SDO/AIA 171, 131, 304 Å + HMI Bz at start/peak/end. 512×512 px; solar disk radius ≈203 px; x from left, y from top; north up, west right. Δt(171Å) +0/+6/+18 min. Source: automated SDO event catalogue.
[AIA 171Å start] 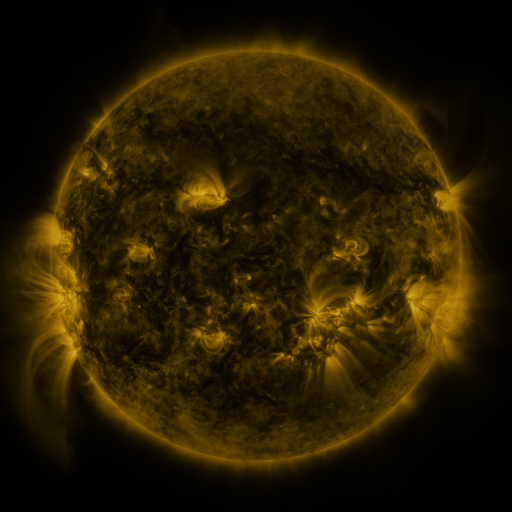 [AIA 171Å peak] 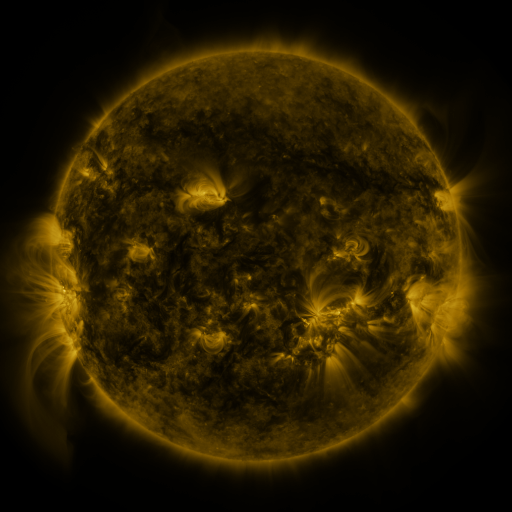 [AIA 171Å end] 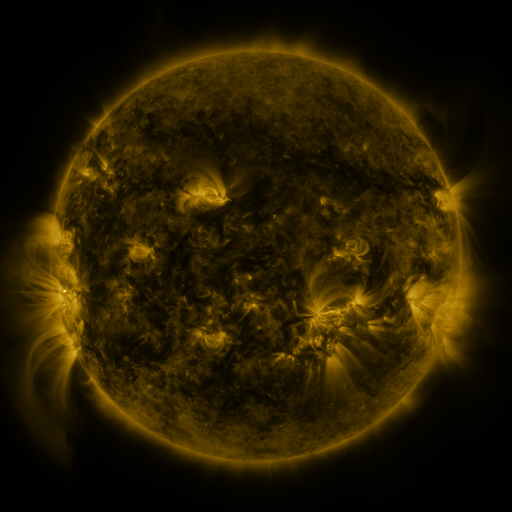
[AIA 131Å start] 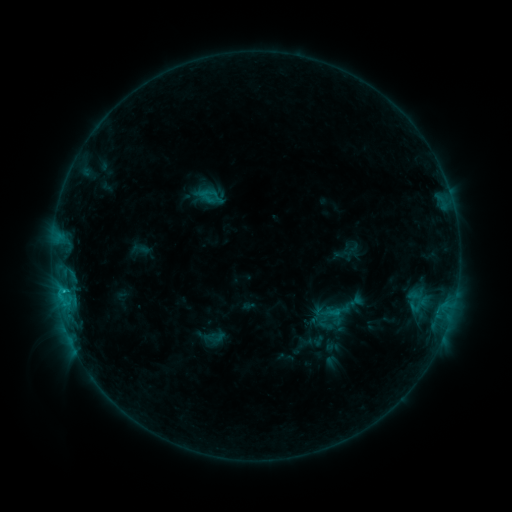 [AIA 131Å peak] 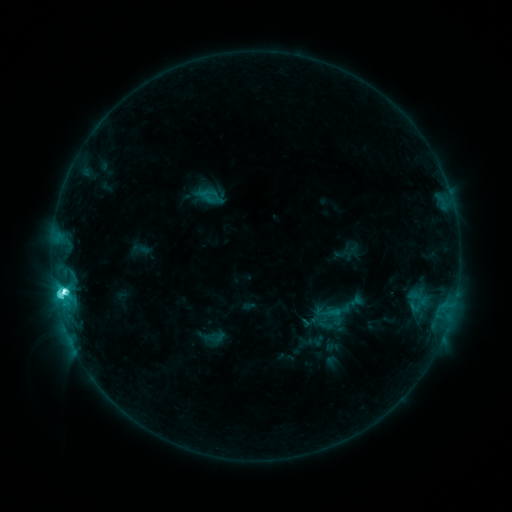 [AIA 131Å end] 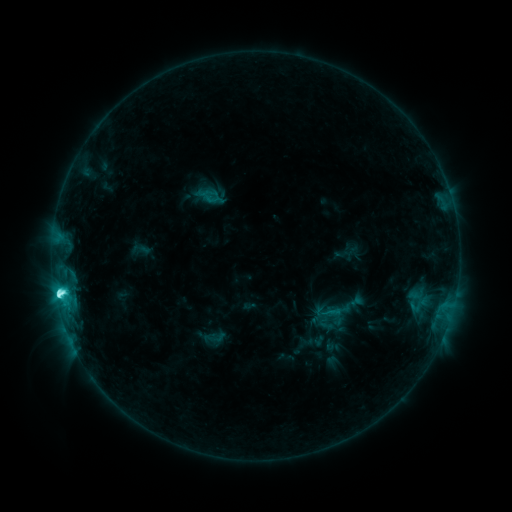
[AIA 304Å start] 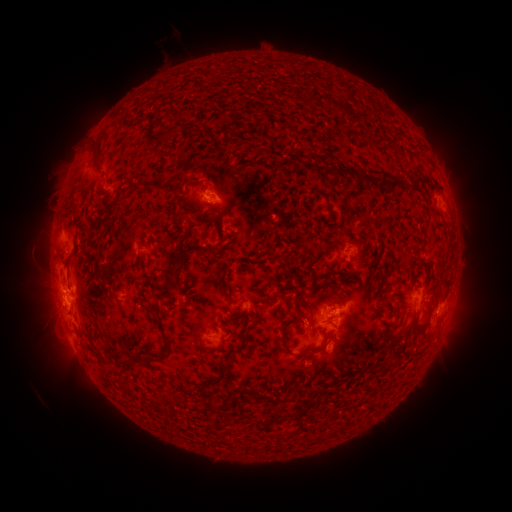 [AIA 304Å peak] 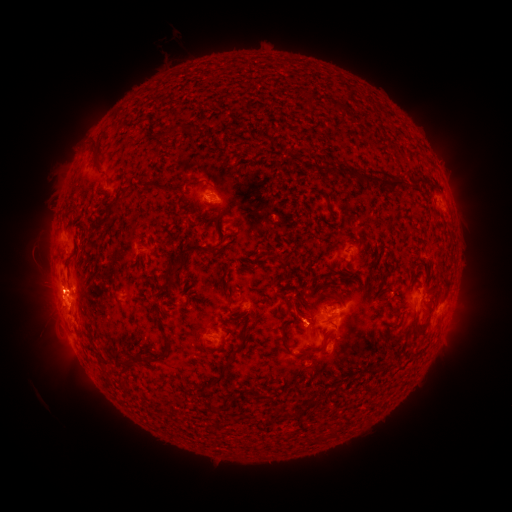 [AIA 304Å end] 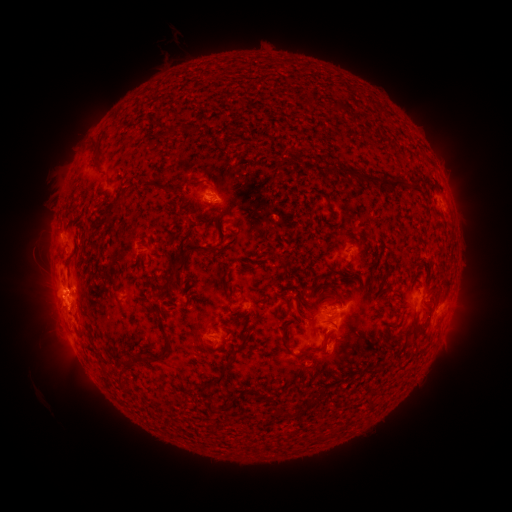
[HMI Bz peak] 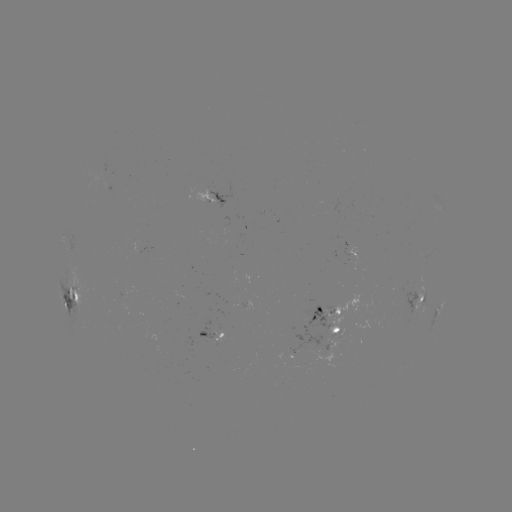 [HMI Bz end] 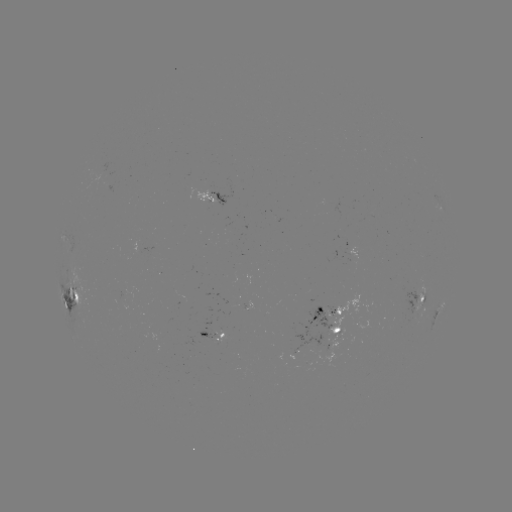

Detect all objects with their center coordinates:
C9.9 flare: (65, 292)
